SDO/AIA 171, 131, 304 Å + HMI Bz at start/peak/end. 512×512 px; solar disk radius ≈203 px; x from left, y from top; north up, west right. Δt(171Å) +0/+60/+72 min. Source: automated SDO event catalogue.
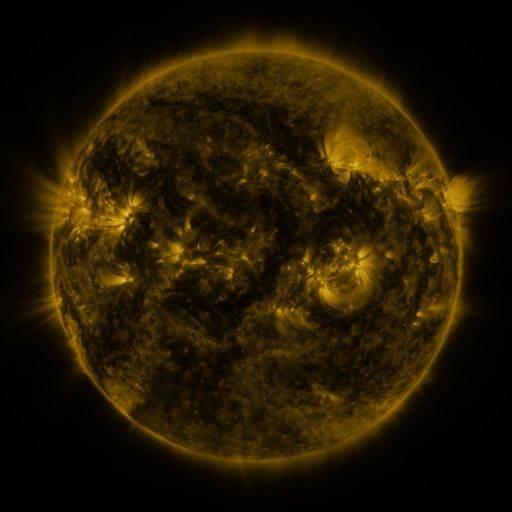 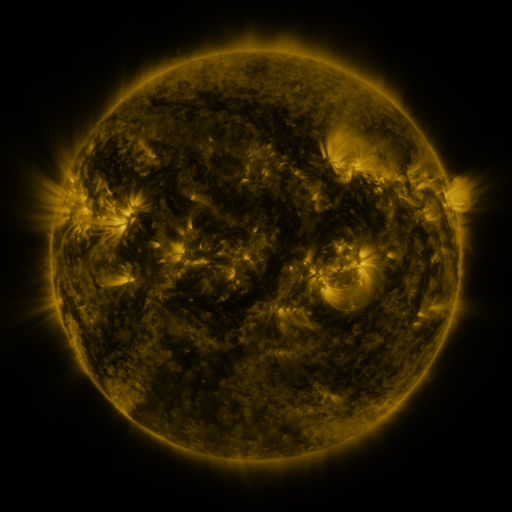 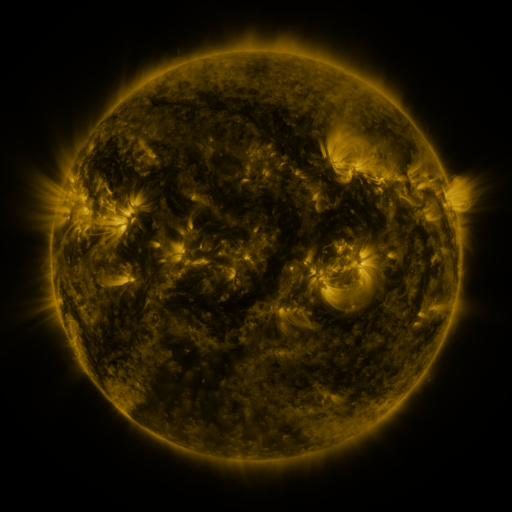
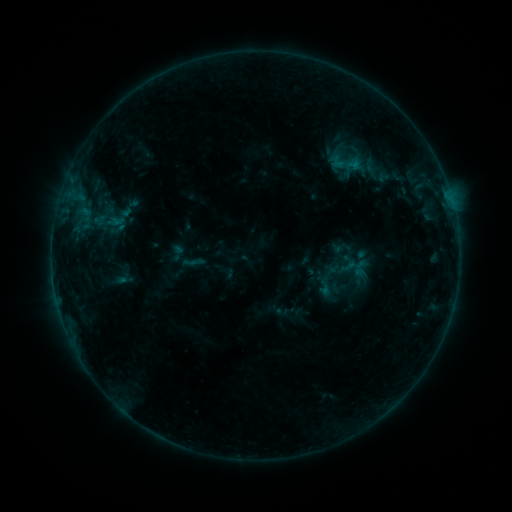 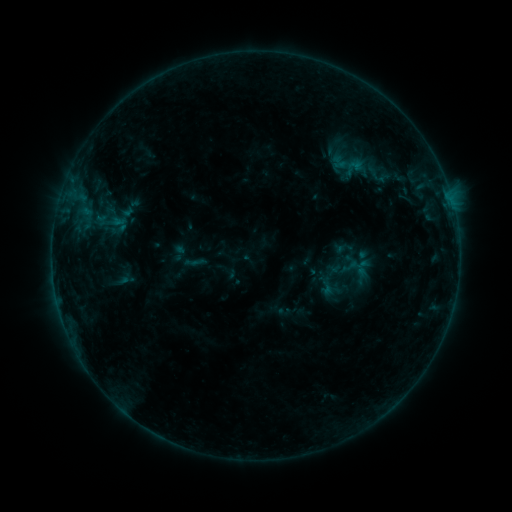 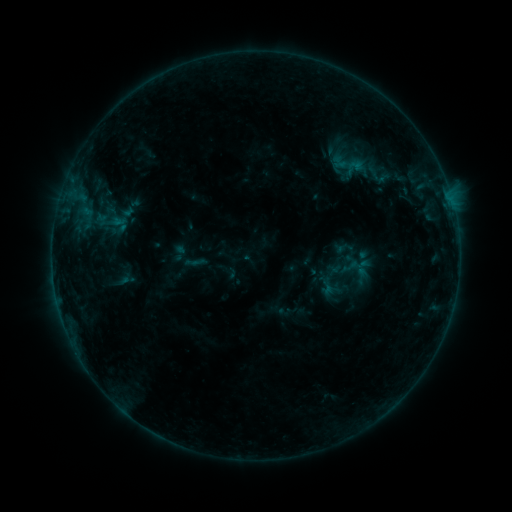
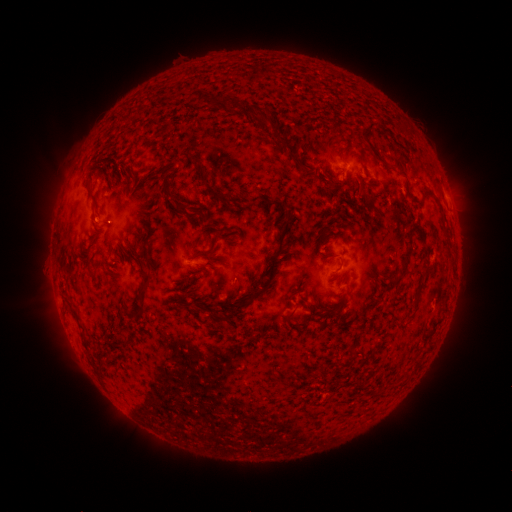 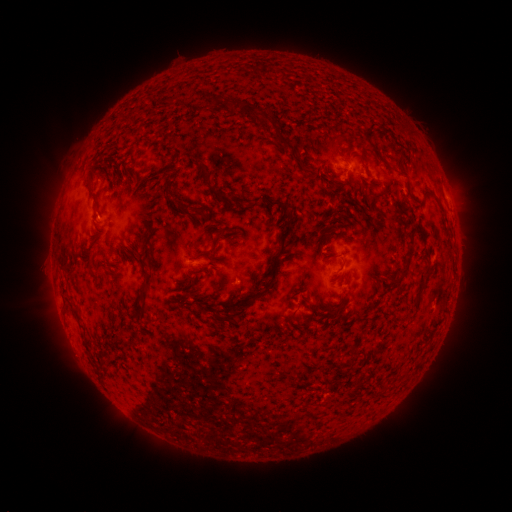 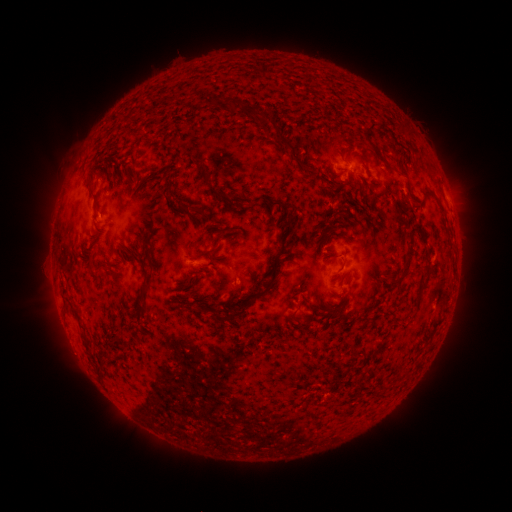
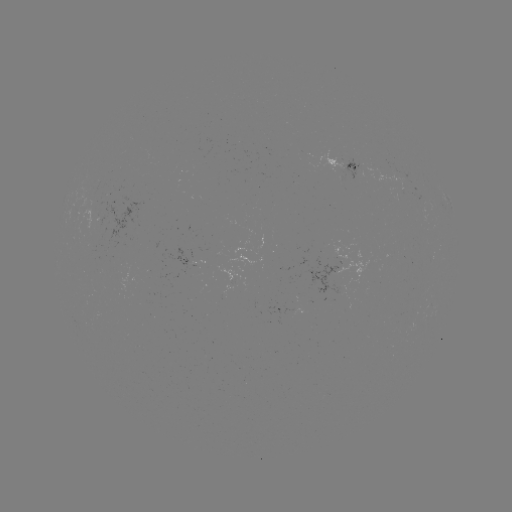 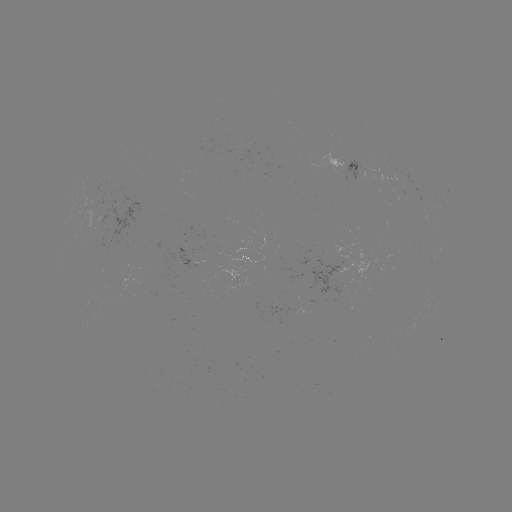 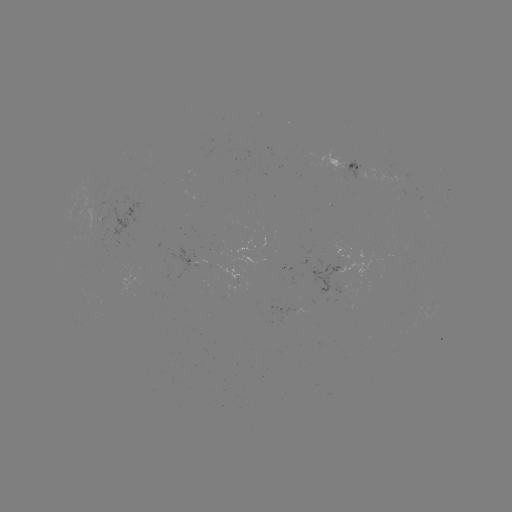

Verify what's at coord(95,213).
emerging-flux region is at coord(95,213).